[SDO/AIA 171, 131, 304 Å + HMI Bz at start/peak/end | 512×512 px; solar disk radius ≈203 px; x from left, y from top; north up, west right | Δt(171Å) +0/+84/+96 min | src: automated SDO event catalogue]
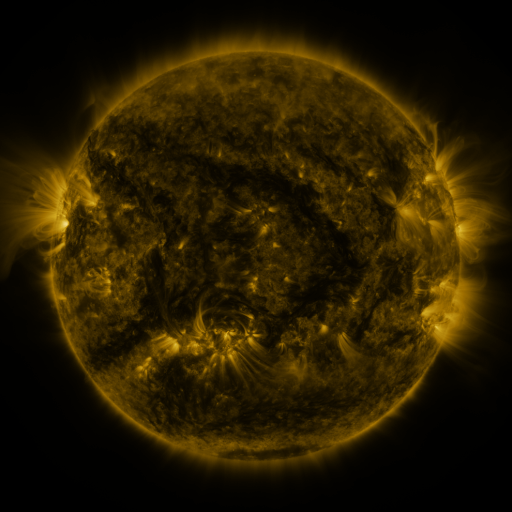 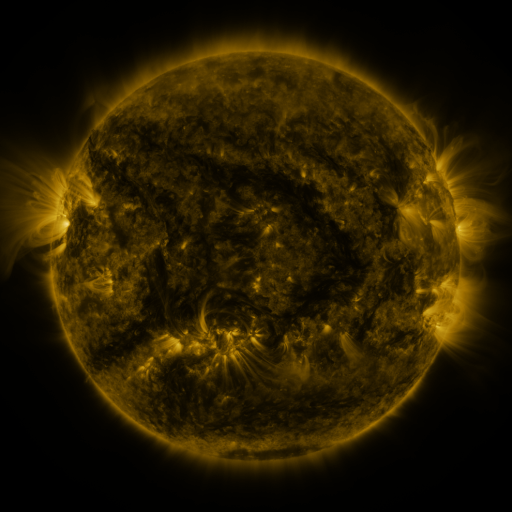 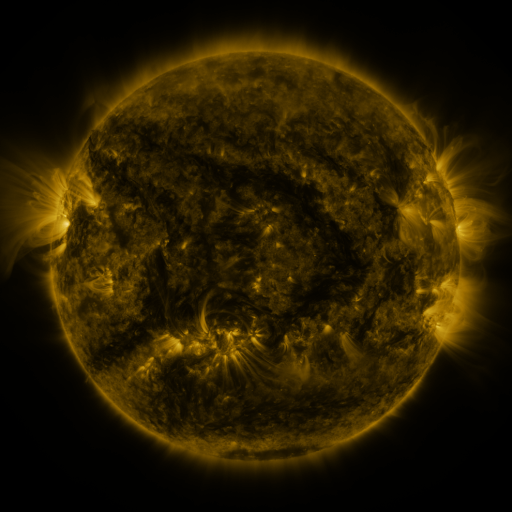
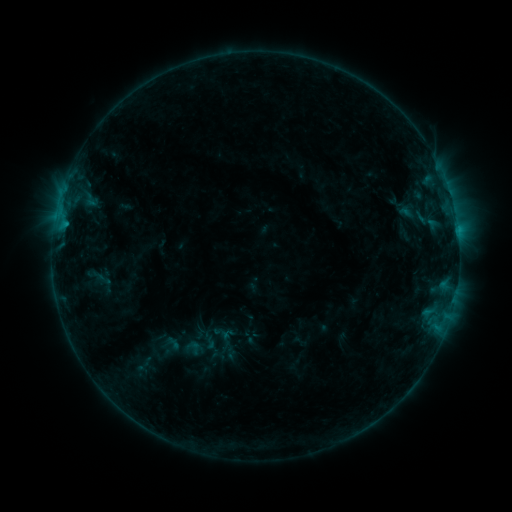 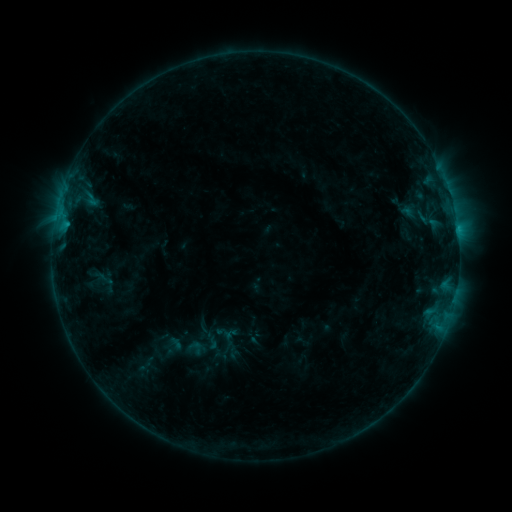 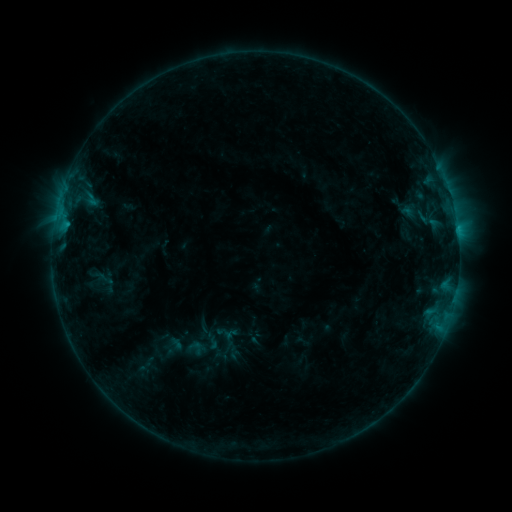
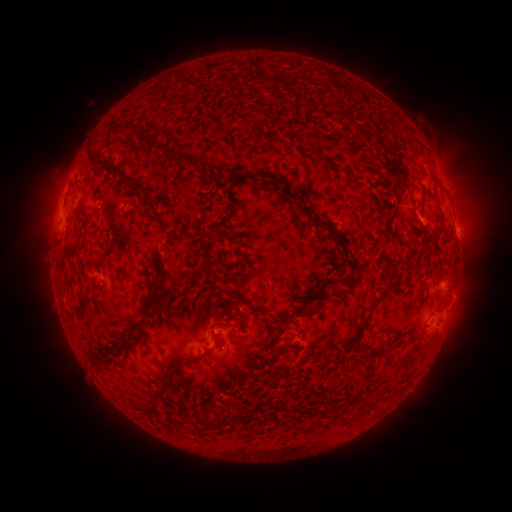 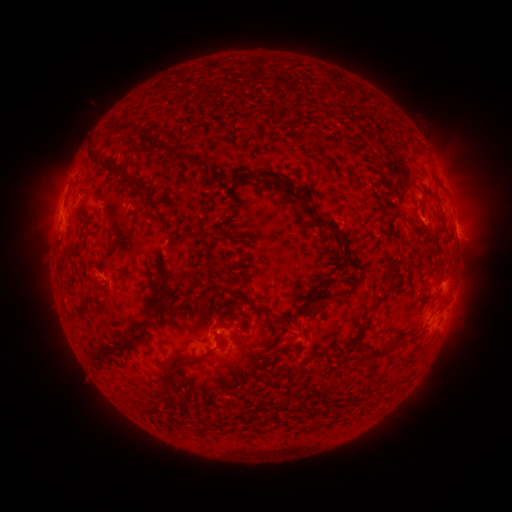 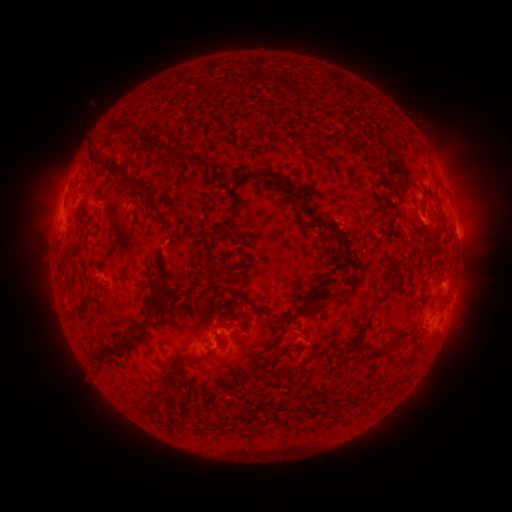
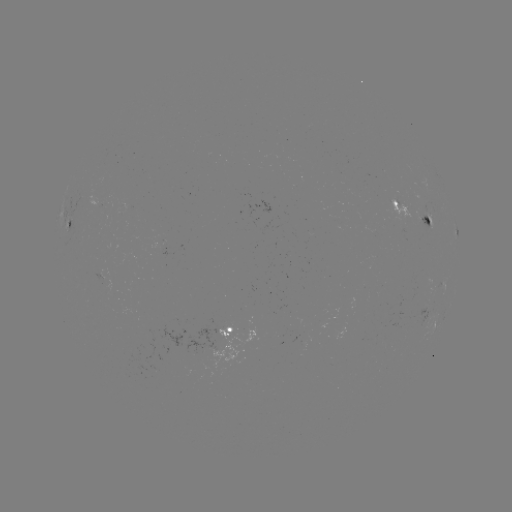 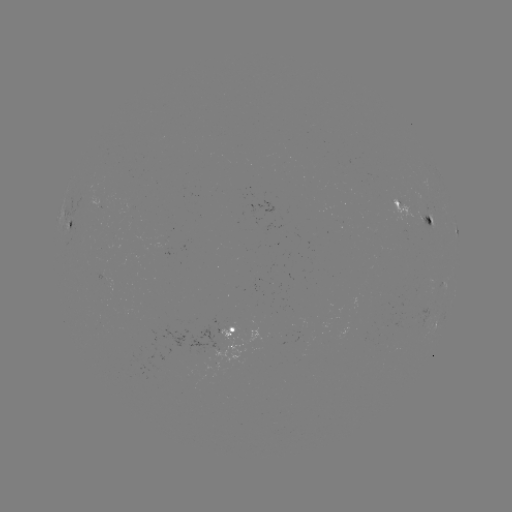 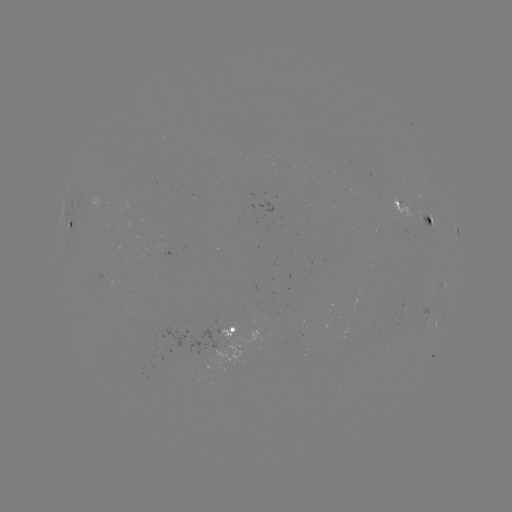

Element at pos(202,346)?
emerging-flux region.